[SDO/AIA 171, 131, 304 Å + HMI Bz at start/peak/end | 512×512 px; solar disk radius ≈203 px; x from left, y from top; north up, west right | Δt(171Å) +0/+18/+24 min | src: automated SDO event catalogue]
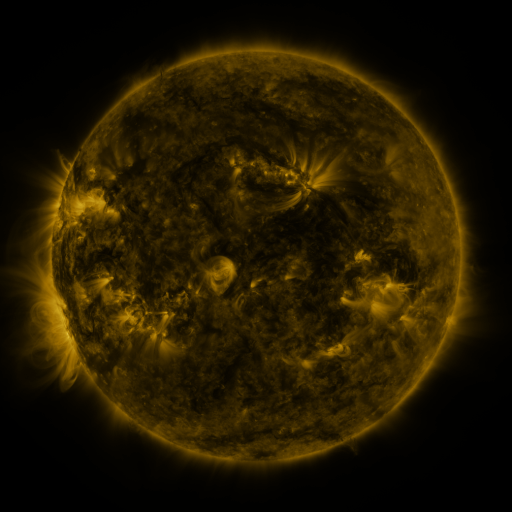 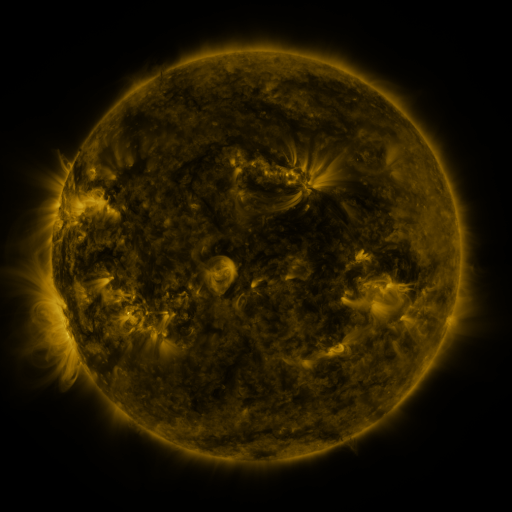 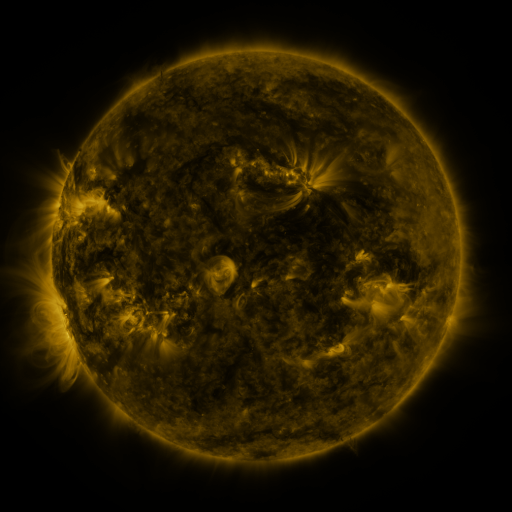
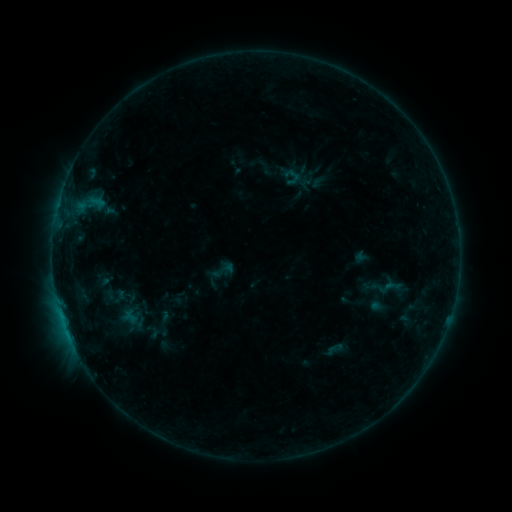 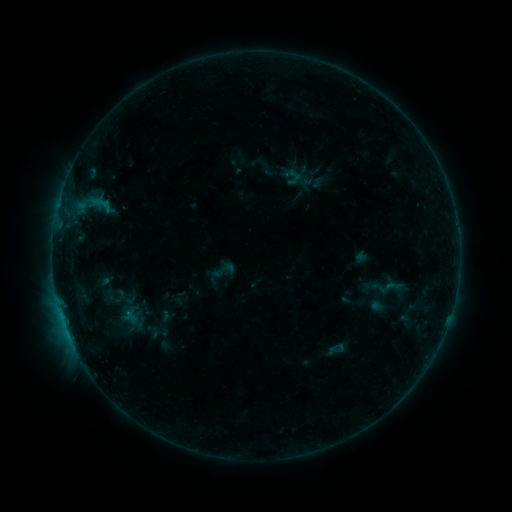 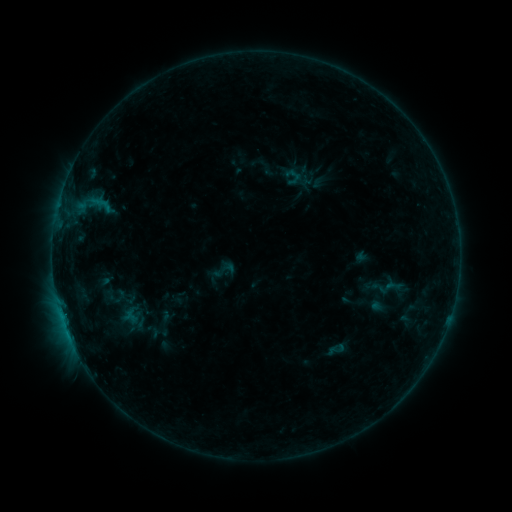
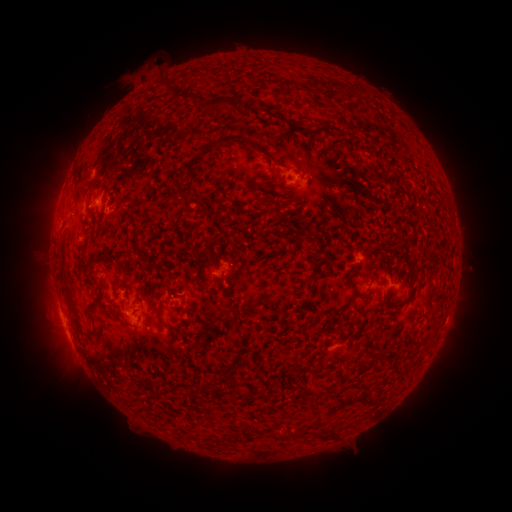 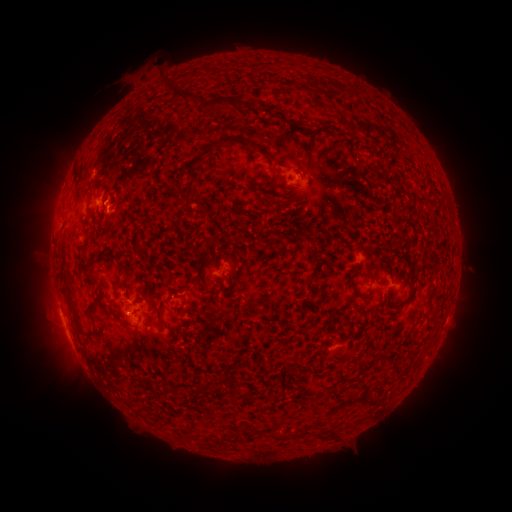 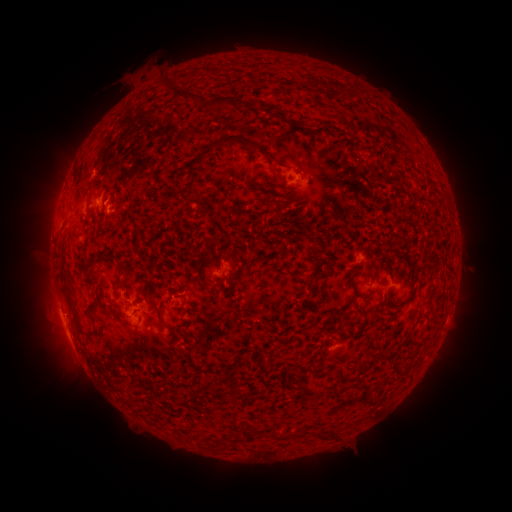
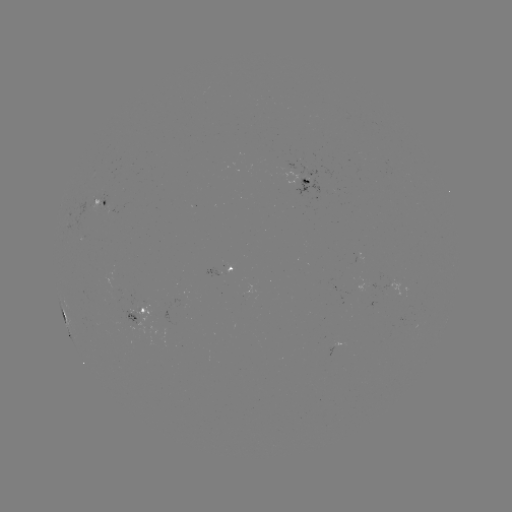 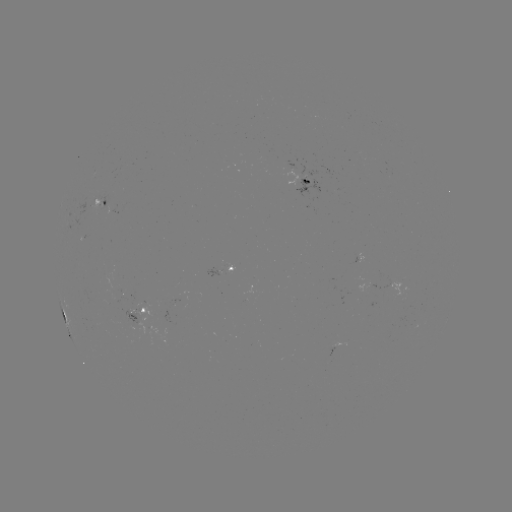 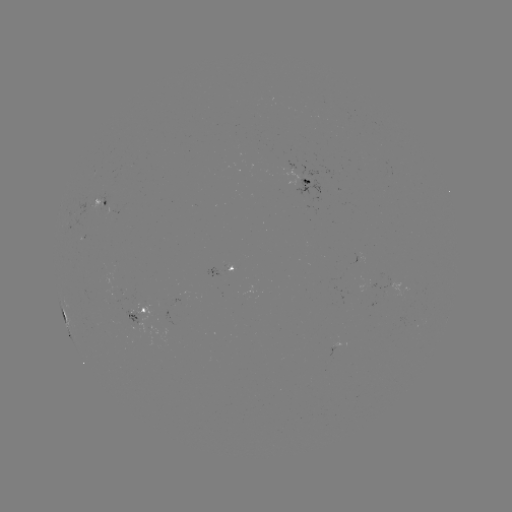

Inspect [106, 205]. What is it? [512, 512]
B4.8 flare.